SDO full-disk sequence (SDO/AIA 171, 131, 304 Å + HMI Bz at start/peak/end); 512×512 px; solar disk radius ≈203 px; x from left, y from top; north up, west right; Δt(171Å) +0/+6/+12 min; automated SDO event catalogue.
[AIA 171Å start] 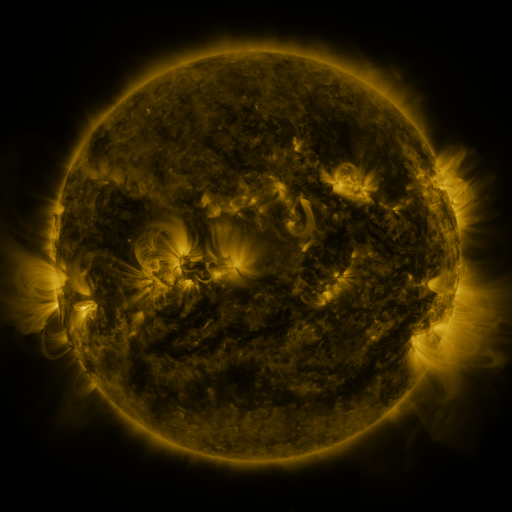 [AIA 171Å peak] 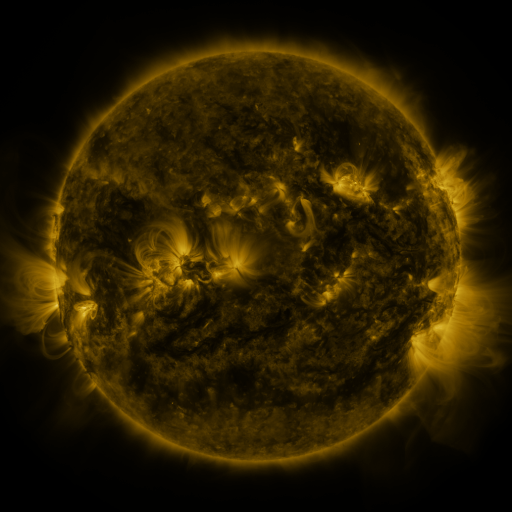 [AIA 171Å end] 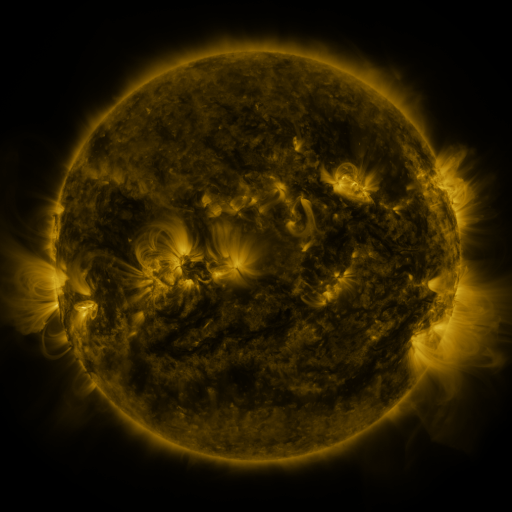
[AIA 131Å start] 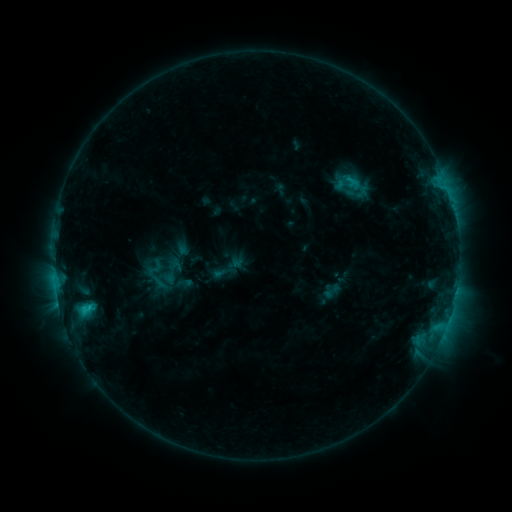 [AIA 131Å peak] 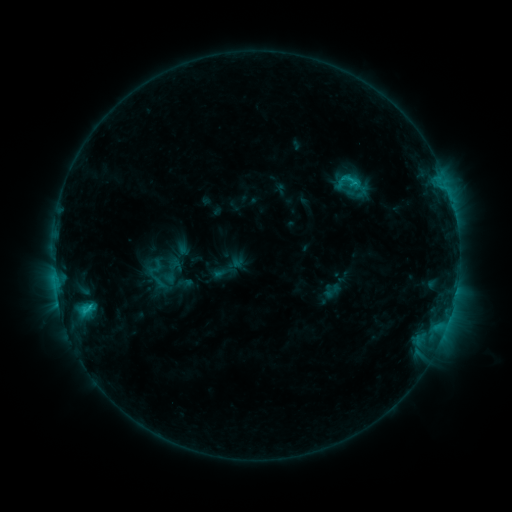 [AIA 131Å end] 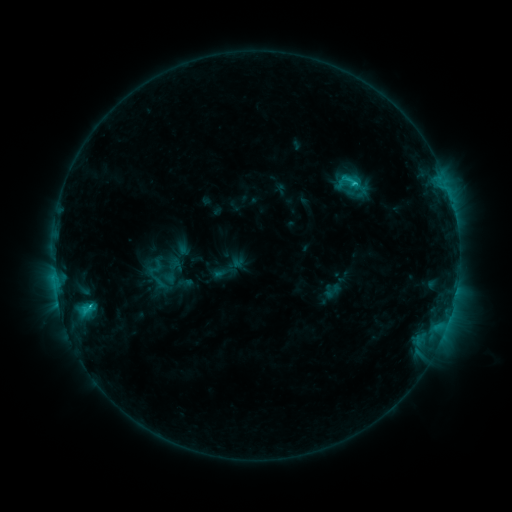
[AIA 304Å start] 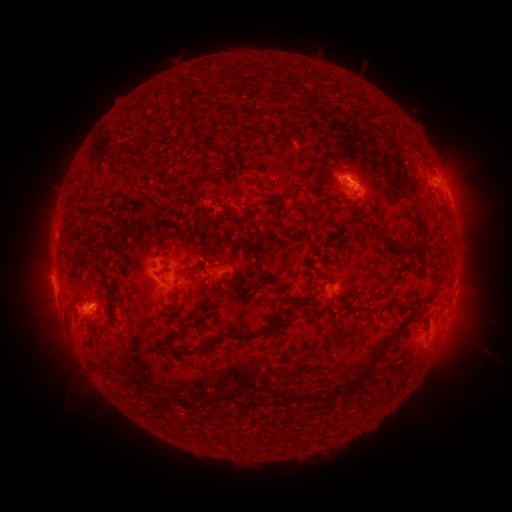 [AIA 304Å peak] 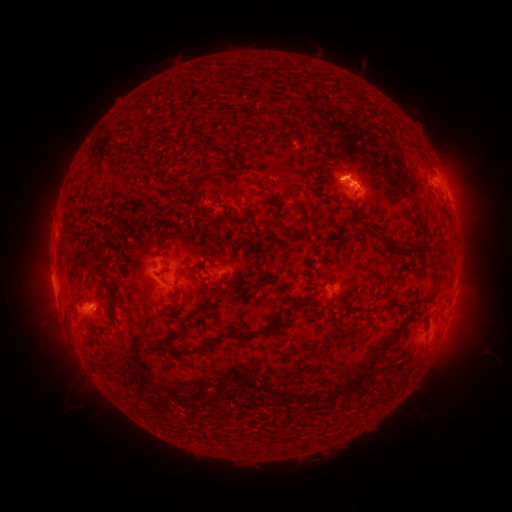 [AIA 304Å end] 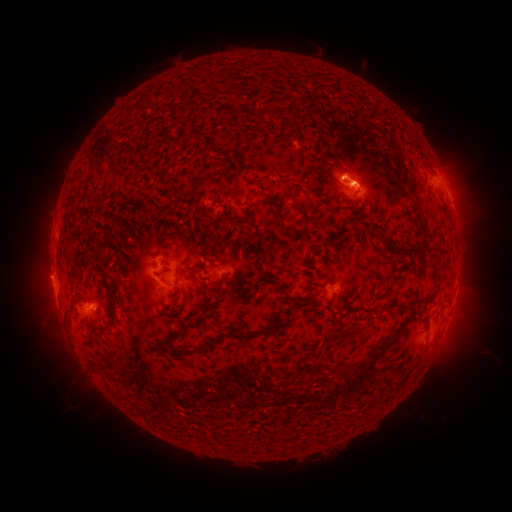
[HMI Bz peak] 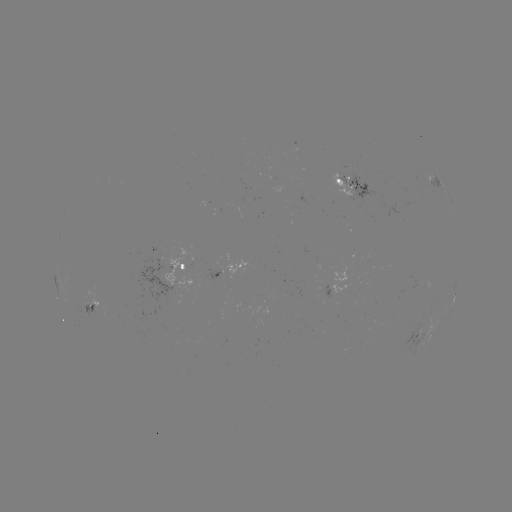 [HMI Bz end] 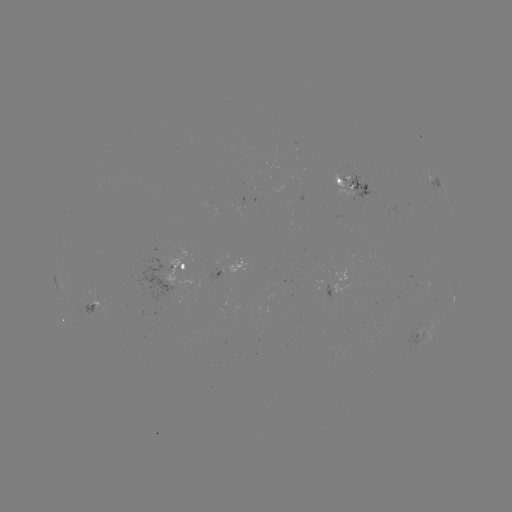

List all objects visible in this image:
eruption: (348, 166)
